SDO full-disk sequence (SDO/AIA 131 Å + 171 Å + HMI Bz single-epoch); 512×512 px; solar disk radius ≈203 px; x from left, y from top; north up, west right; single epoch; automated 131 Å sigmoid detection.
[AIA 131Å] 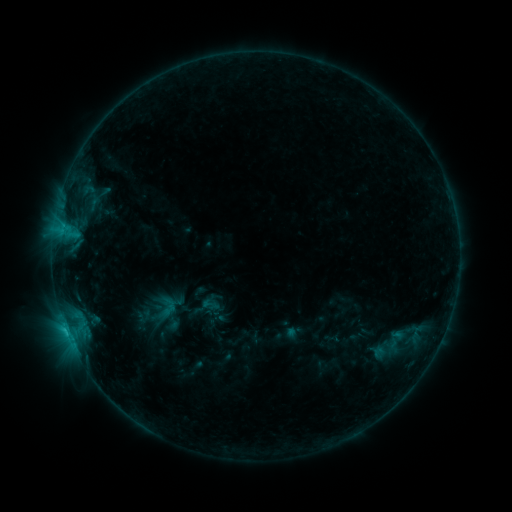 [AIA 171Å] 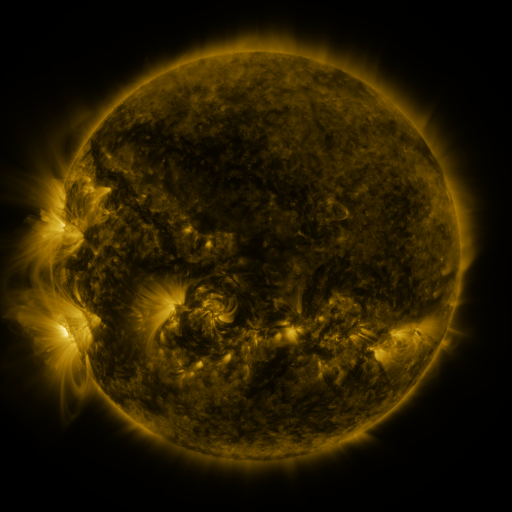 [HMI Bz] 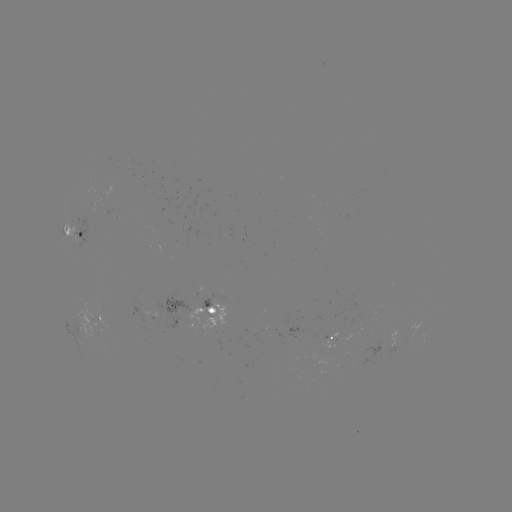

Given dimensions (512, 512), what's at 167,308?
sigmoid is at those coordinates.